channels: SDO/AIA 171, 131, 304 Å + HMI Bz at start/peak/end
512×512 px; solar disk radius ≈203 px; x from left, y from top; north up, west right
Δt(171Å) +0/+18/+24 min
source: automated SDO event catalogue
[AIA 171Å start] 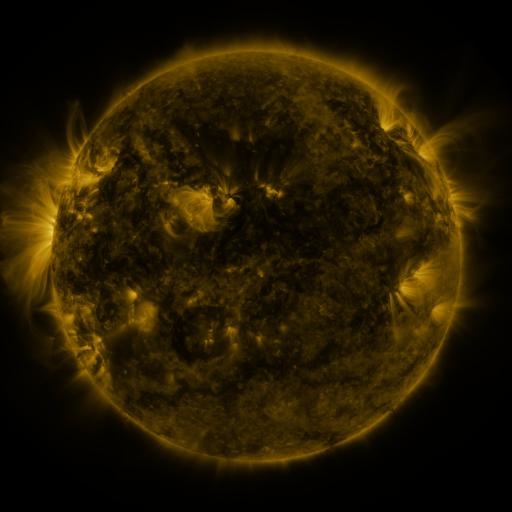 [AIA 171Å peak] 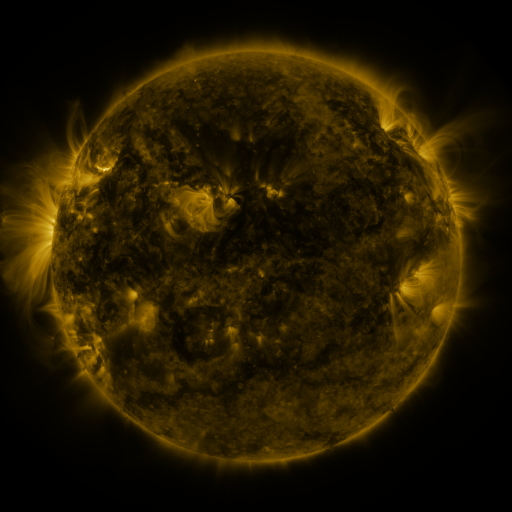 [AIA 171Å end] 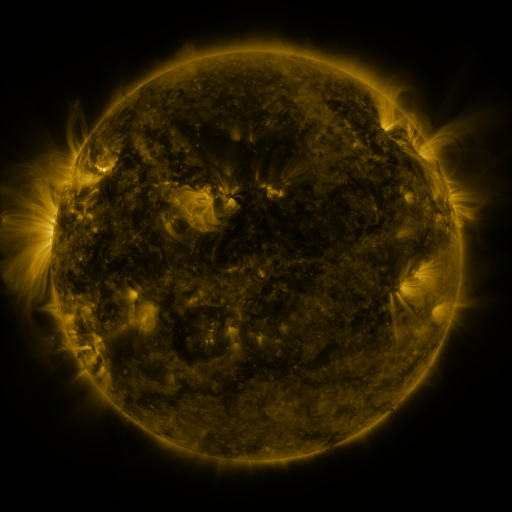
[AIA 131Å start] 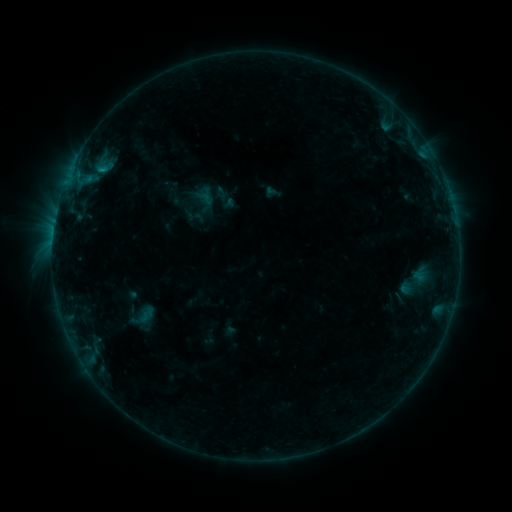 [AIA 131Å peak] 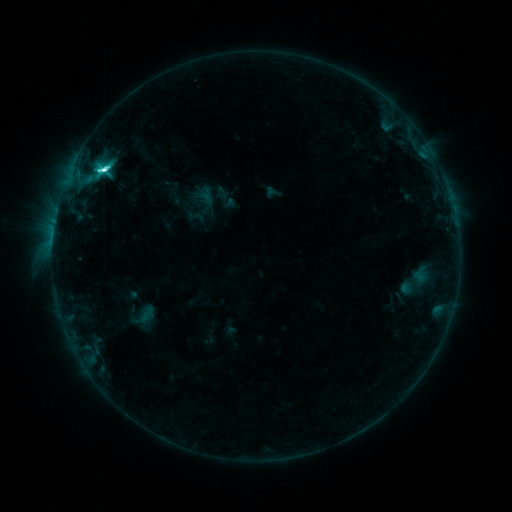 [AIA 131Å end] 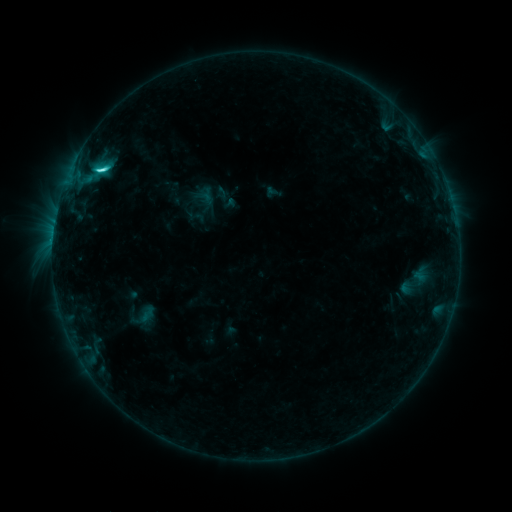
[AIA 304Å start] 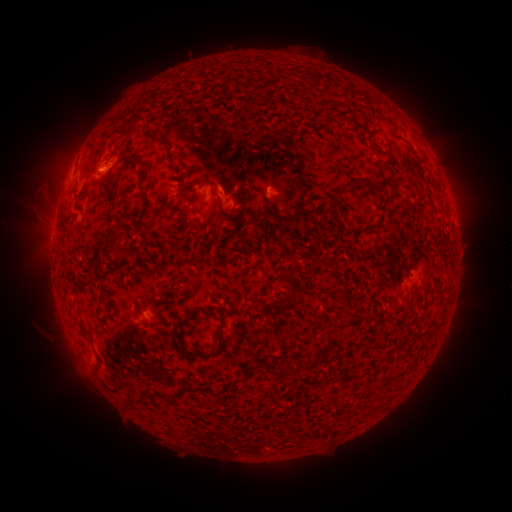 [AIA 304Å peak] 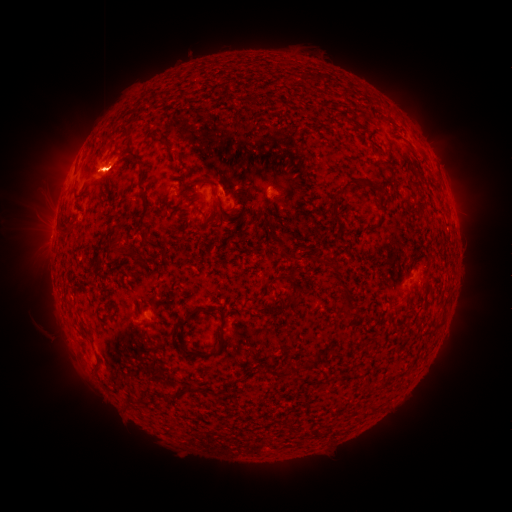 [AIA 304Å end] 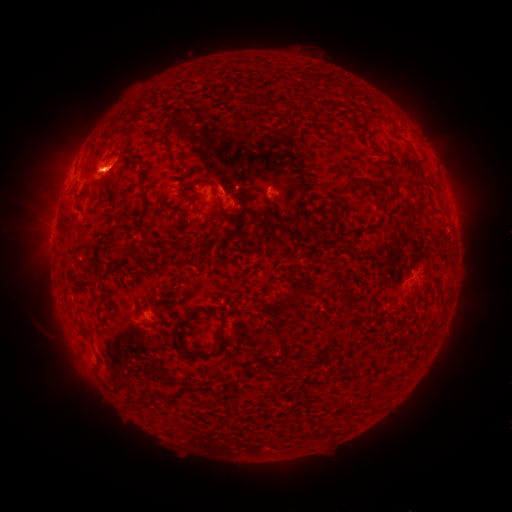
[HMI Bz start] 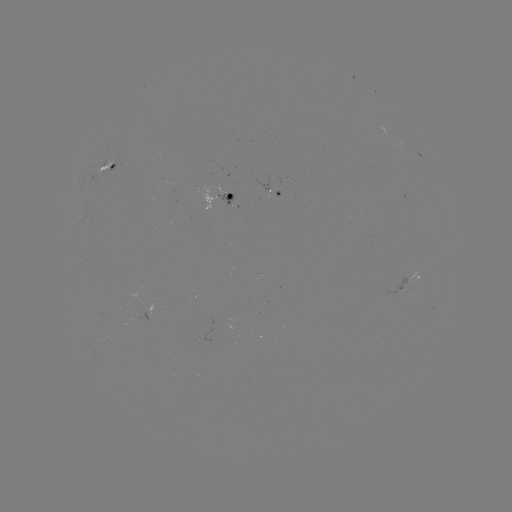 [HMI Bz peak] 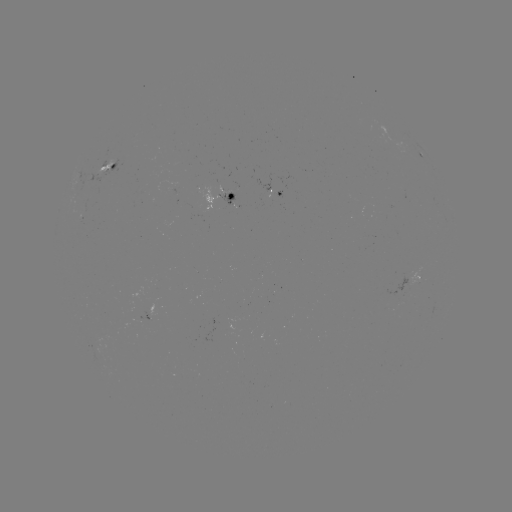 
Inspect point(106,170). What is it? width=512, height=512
C8.4 flare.